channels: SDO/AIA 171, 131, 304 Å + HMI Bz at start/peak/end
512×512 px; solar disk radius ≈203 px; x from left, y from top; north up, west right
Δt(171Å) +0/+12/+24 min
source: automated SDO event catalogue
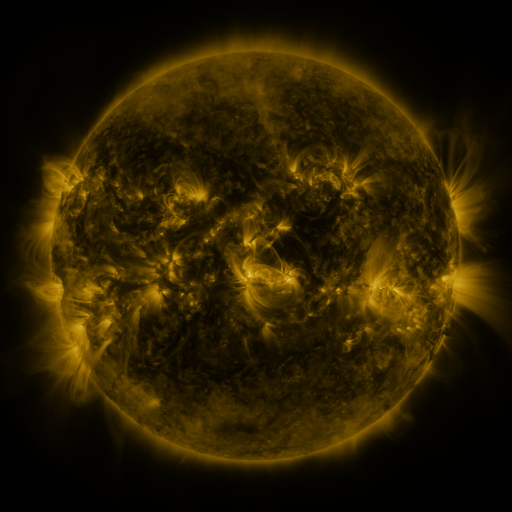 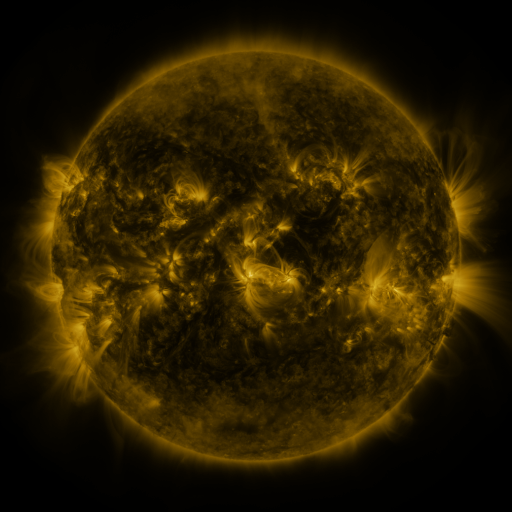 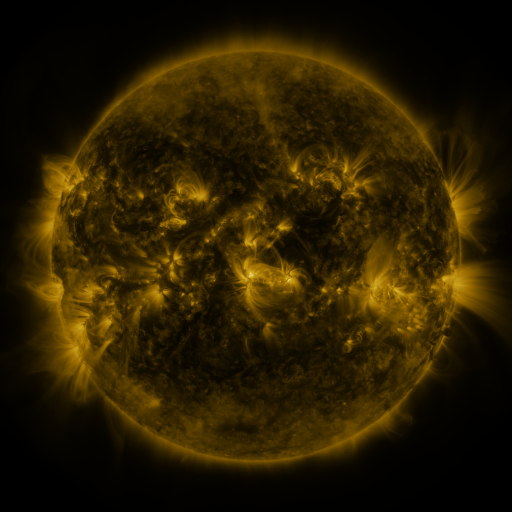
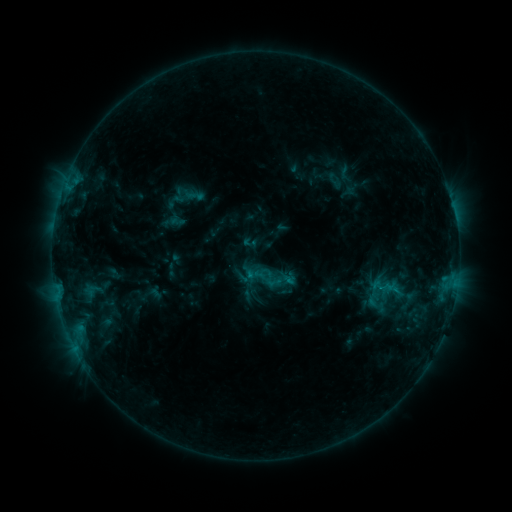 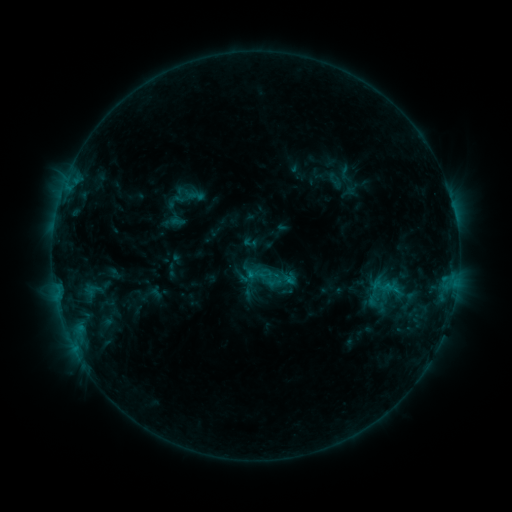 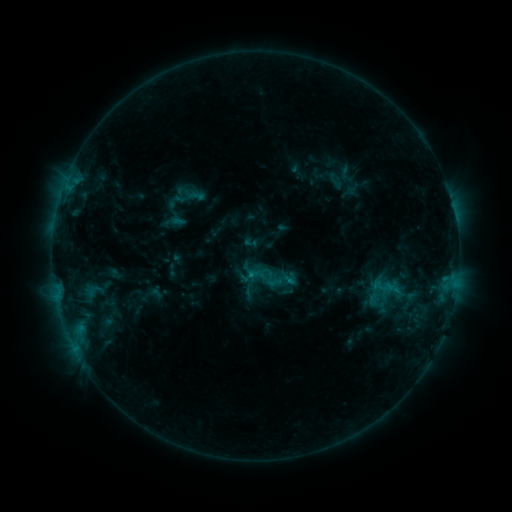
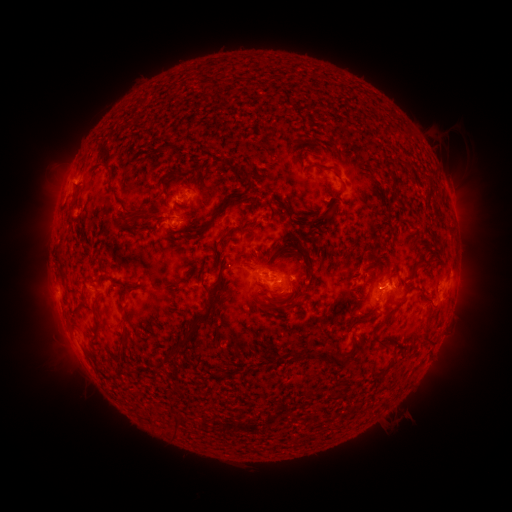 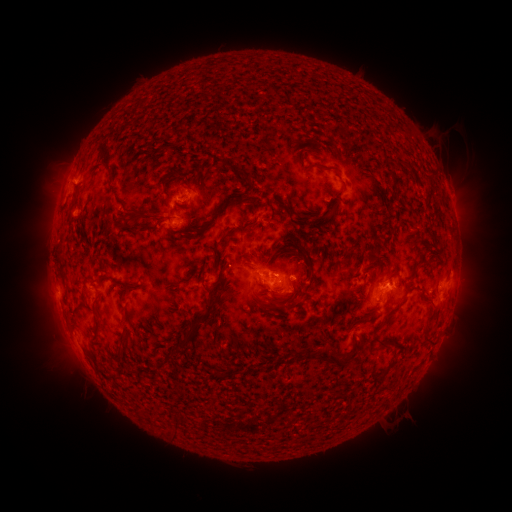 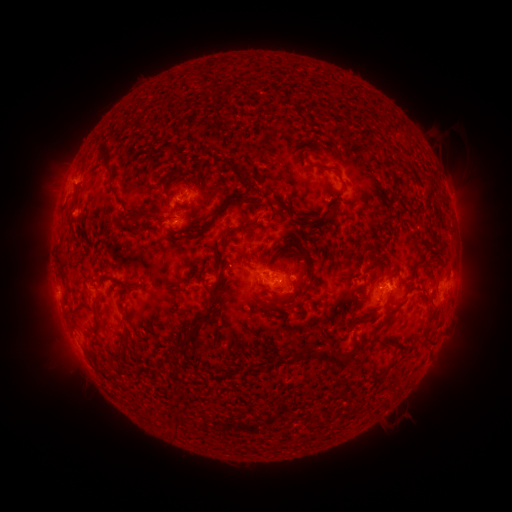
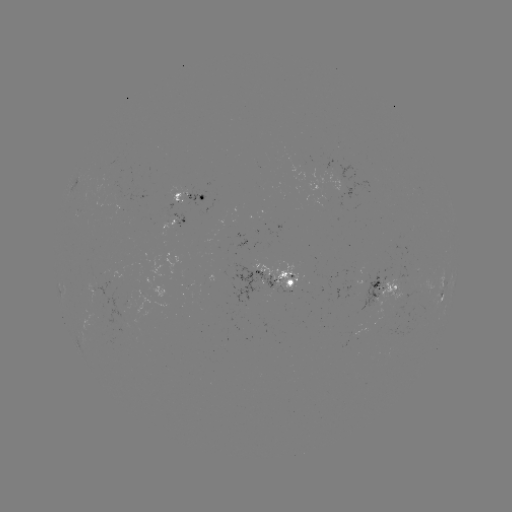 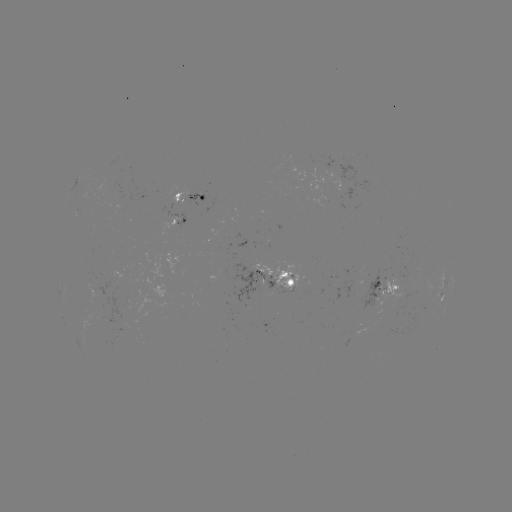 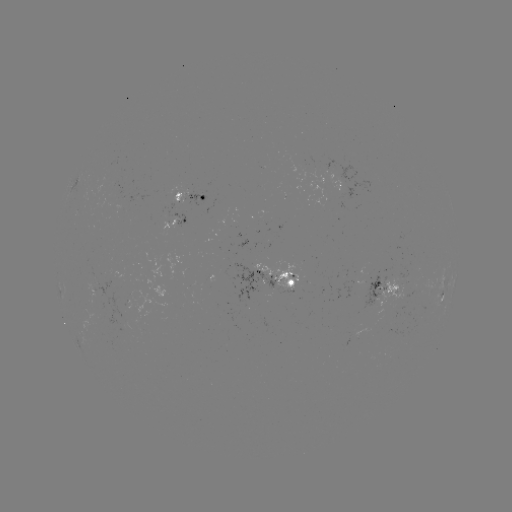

no classed flare was catalogued and no EUV brightening was flagged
